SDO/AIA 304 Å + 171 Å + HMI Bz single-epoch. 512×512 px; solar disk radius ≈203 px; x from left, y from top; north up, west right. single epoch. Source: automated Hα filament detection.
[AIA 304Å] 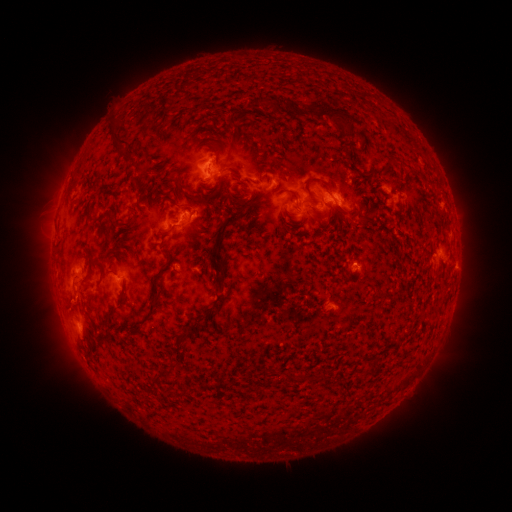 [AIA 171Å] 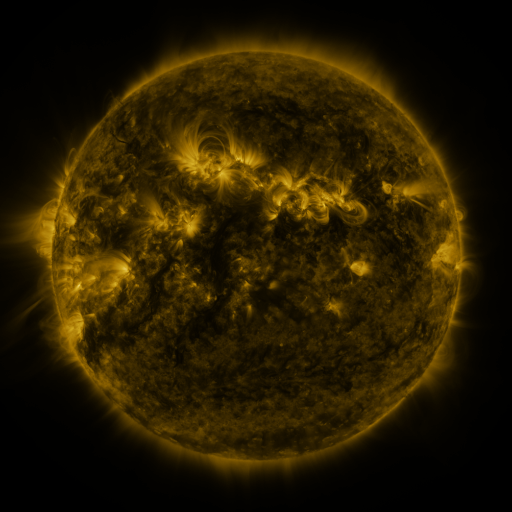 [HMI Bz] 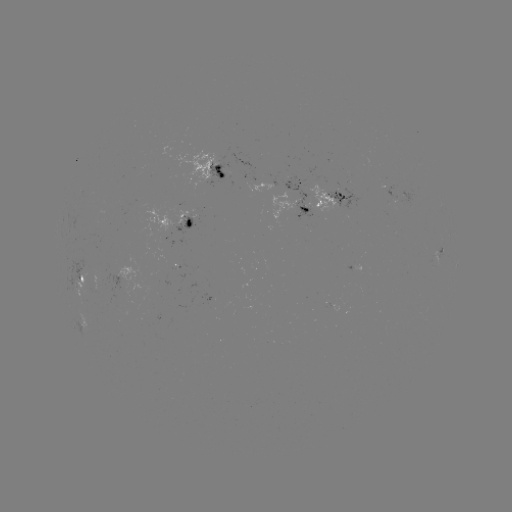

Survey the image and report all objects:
filament: (286, 108)
filament: (332, 113)
filament: (233, 127)
filament: (360, 135)
filament: (206, 146)
filament: (115, 151)
filament: (138, 184)
filament: (307, 184)
filament: (220, 185)
filament: (183, 194)
filament: (292, 194)
filament: (138, 204)
filament: (173, 204)
filament: (250, 204)
filament: (111, 216)
filament: (160, 236)
filament: (219, 241)
filament: (202, 264)
filament: (101, 279)
filament: (222, 296)
filament: (71, 305)
filament: (122, 305)
filament: (152, 307)
filament: (186, 335)
filament: (318, 376)
filament: (161, 377)
